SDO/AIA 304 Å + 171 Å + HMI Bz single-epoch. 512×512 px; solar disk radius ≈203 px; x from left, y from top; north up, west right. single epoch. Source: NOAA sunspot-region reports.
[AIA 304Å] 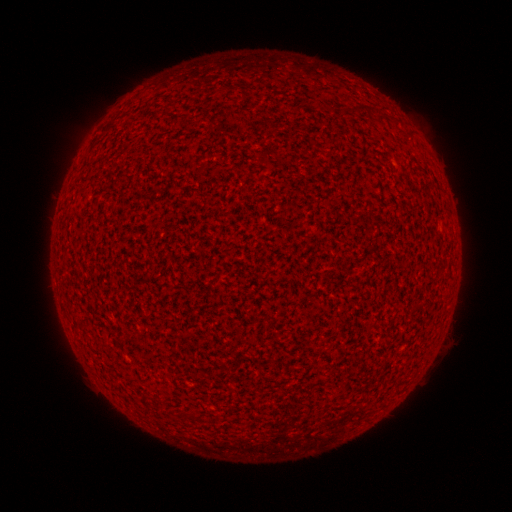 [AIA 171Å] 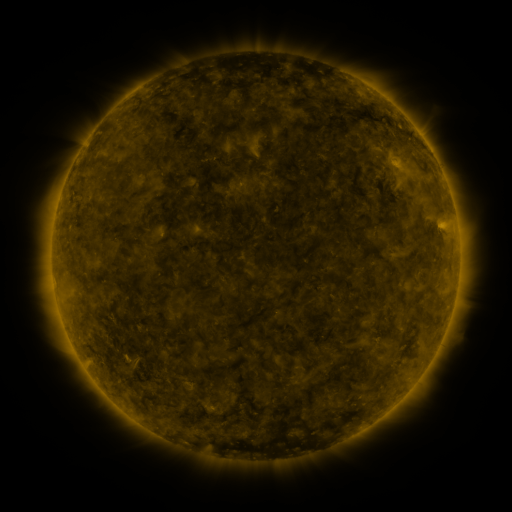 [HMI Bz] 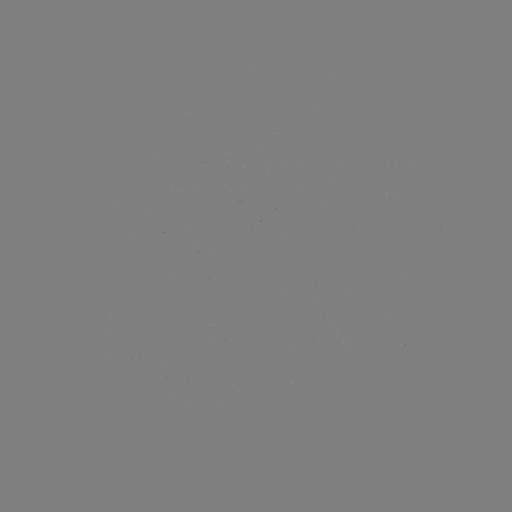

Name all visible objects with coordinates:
(none)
